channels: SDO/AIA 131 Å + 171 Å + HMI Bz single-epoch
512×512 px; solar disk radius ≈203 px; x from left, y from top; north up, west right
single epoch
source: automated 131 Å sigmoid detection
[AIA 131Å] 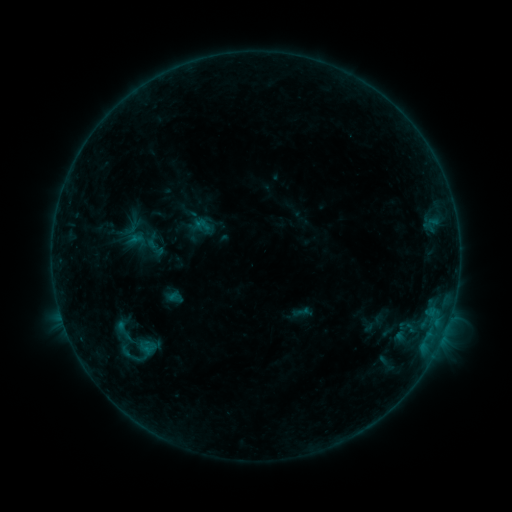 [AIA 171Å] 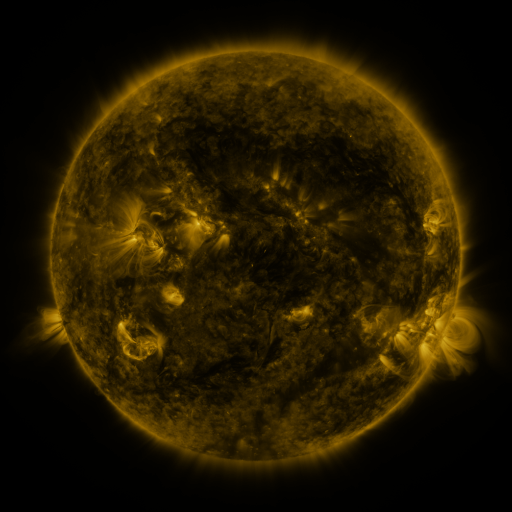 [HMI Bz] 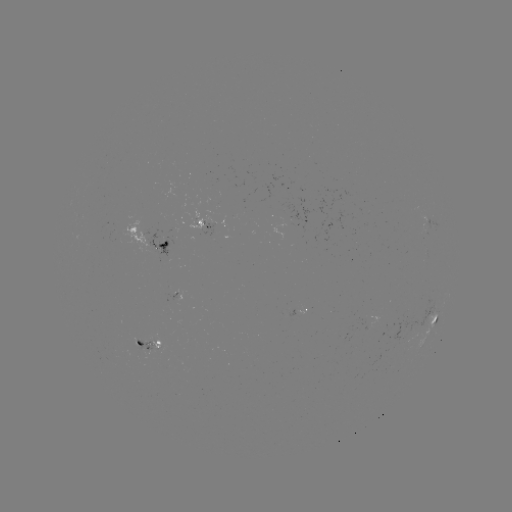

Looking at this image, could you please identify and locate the sigmoid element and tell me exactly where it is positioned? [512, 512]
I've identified sigmoid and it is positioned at [122, 332].